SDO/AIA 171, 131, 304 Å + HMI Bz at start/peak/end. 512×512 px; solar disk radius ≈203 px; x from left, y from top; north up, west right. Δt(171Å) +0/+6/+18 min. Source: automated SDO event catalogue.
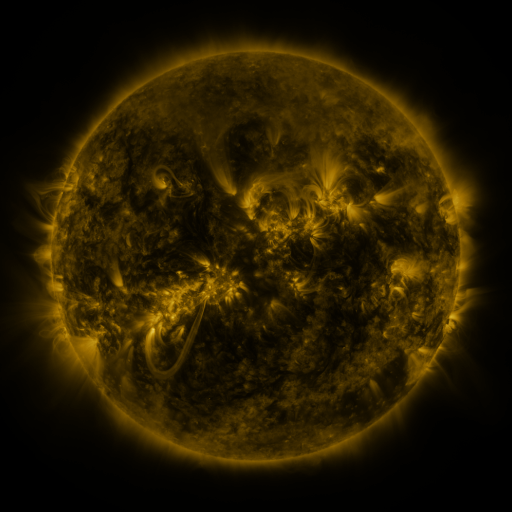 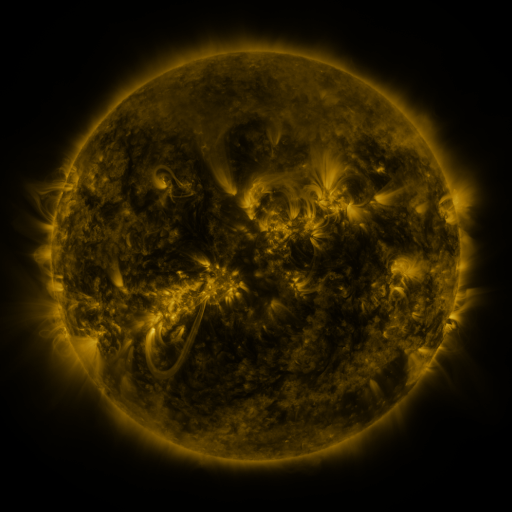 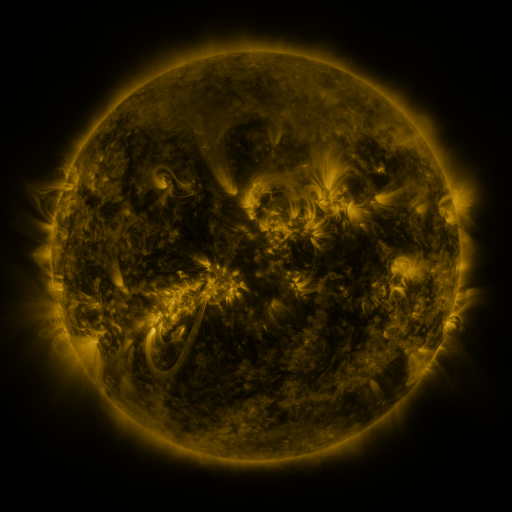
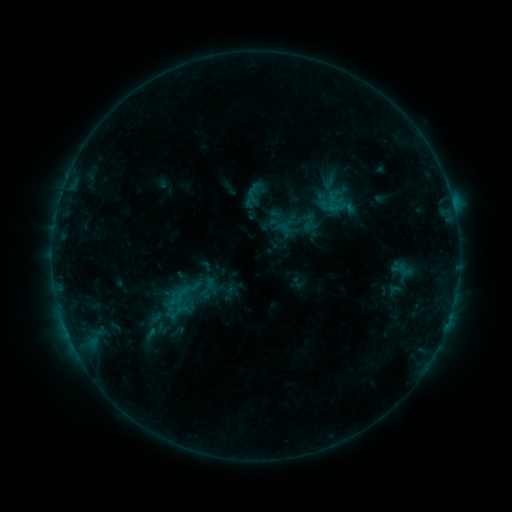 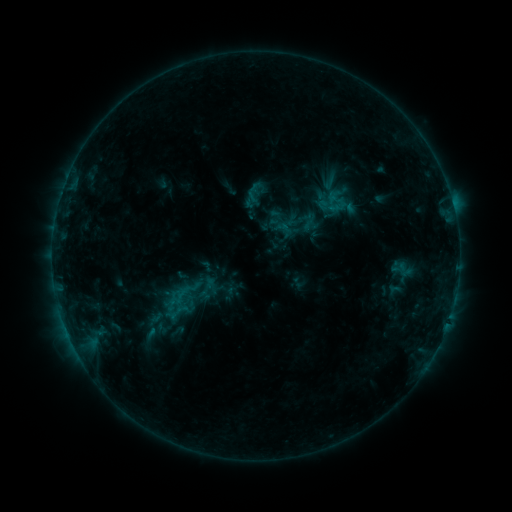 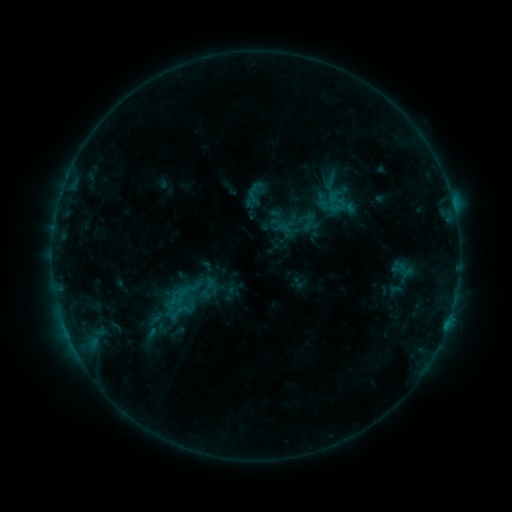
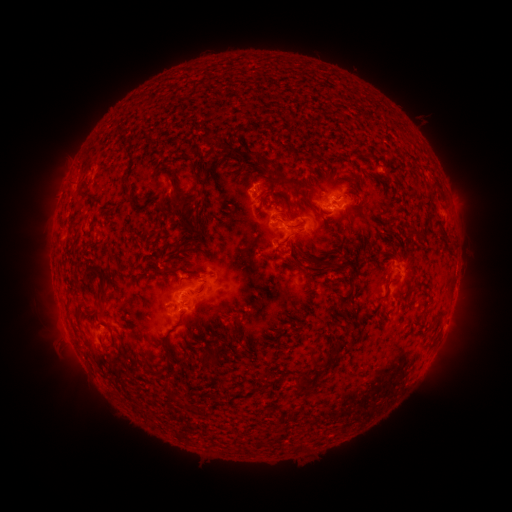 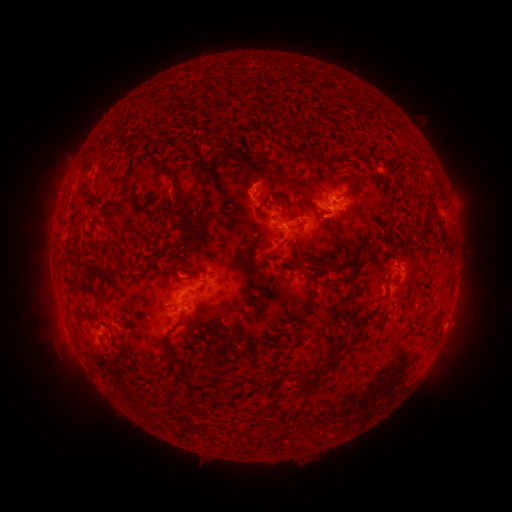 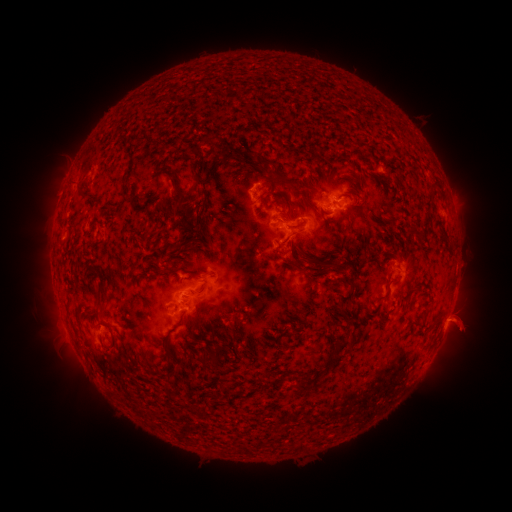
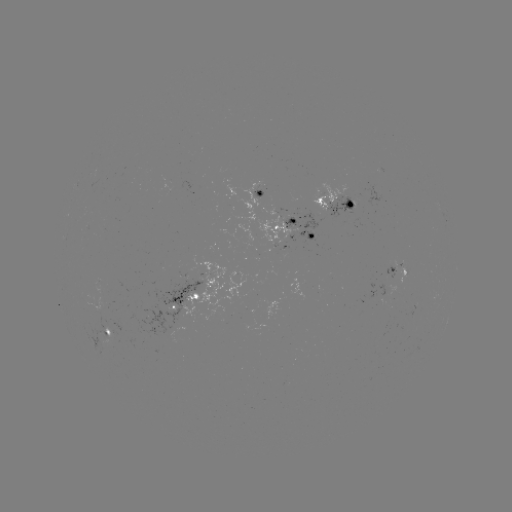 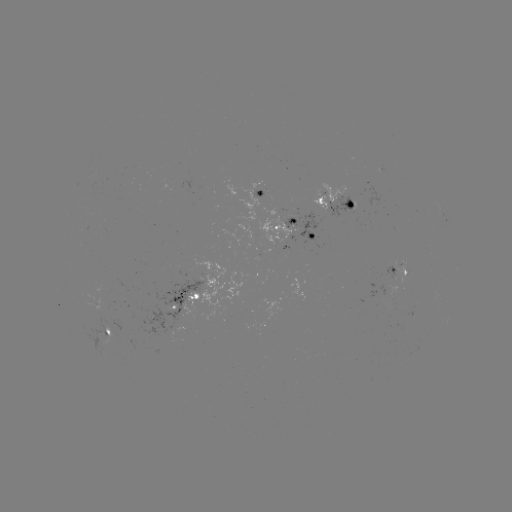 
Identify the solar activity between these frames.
eruption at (460, 325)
